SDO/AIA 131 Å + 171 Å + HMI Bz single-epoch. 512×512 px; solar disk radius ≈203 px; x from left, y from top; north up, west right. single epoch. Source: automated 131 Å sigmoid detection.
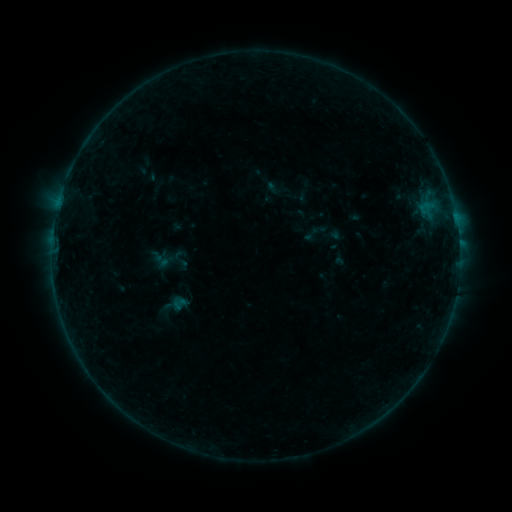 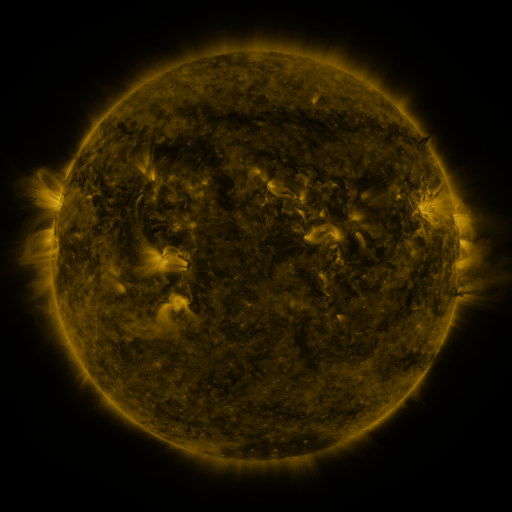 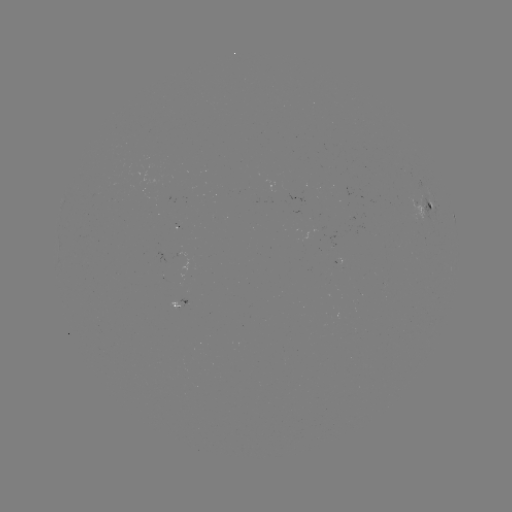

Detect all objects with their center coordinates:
sigmoid: (301, 224, 322, 244)
